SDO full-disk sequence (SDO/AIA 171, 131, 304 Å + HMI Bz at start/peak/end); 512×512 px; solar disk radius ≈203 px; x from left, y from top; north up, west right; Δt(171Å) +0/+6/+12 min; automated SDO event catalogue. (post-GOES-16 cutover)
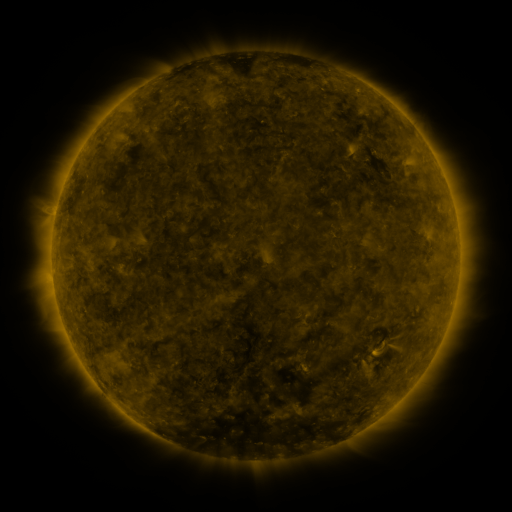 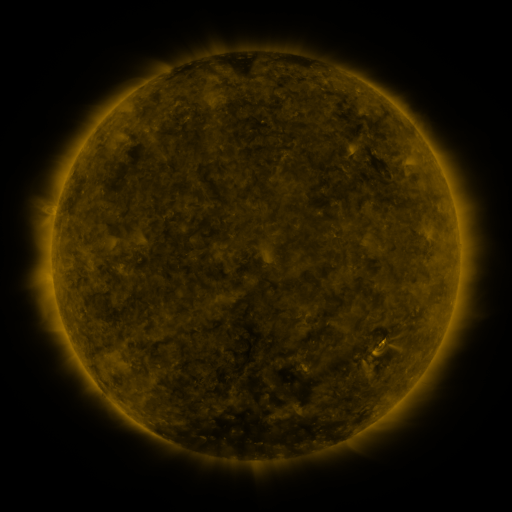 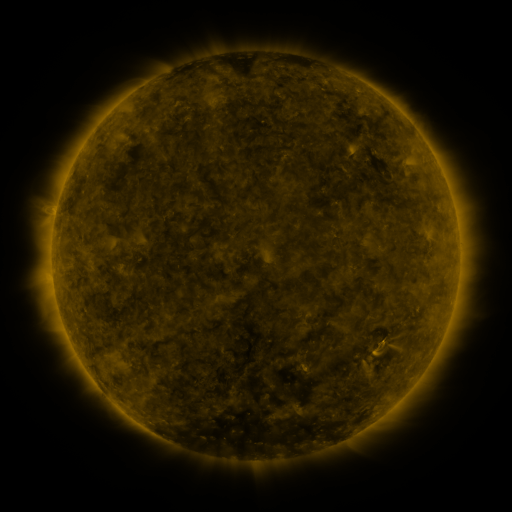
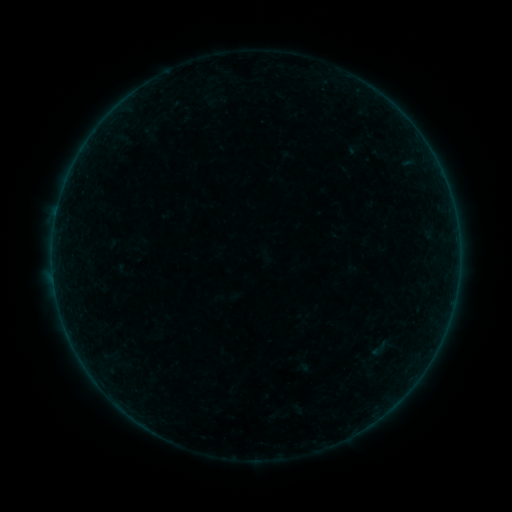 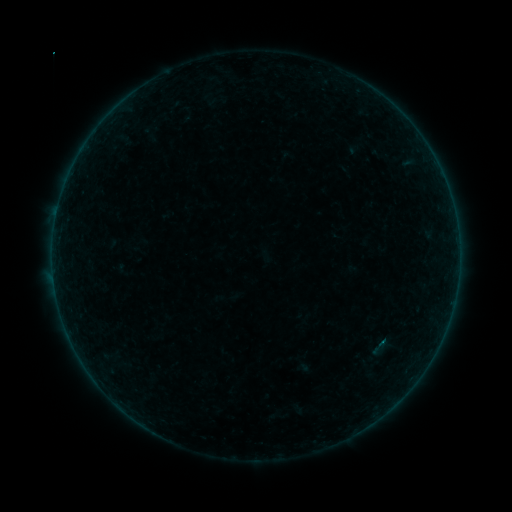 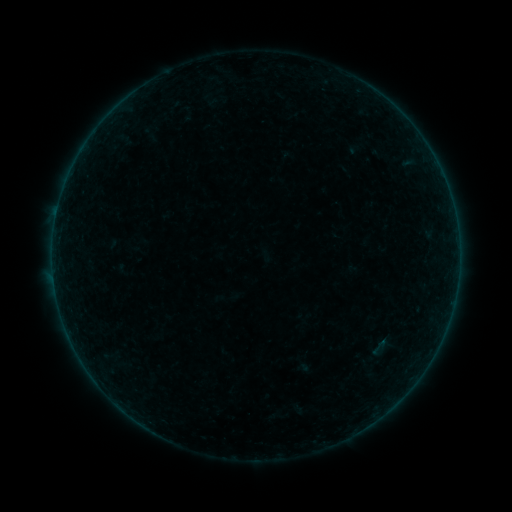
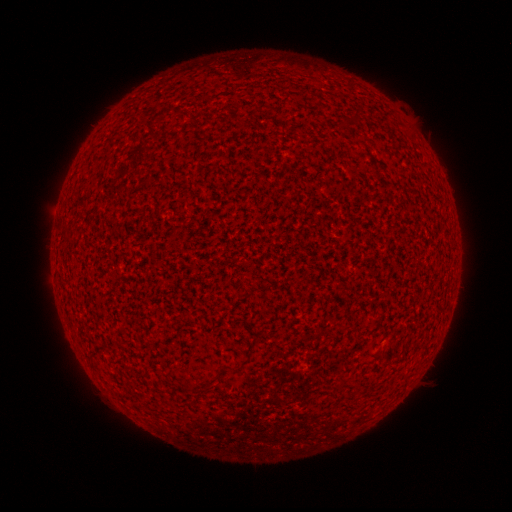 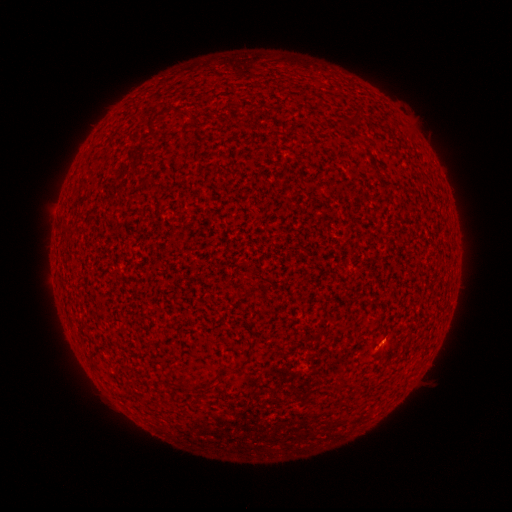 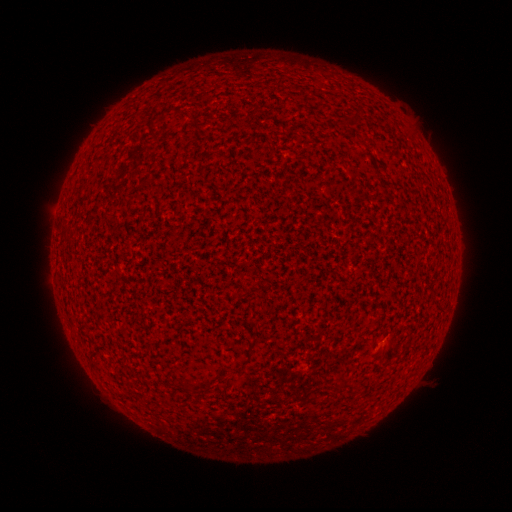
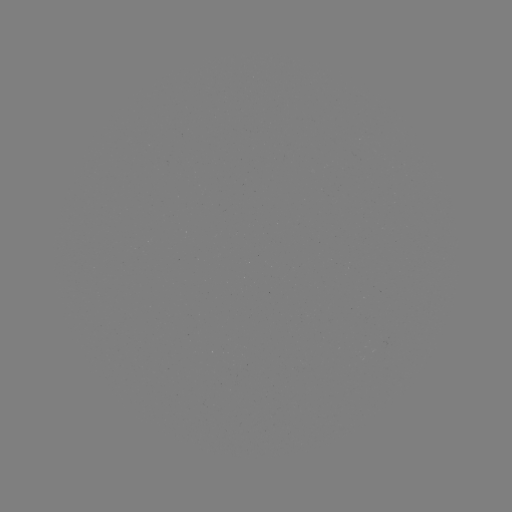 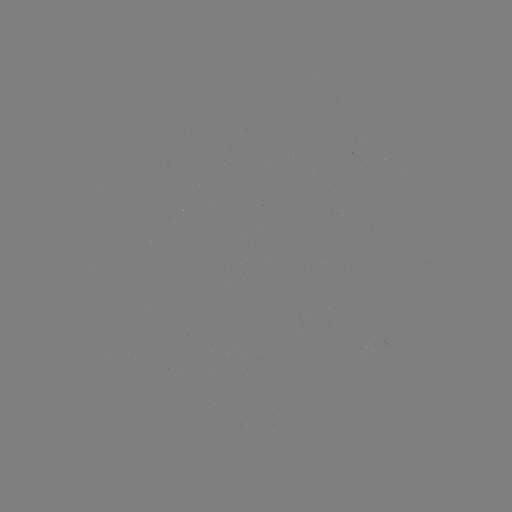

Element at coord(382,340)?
B1.1 flare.